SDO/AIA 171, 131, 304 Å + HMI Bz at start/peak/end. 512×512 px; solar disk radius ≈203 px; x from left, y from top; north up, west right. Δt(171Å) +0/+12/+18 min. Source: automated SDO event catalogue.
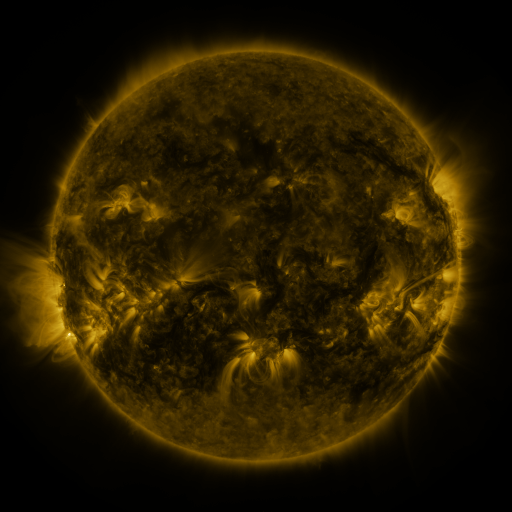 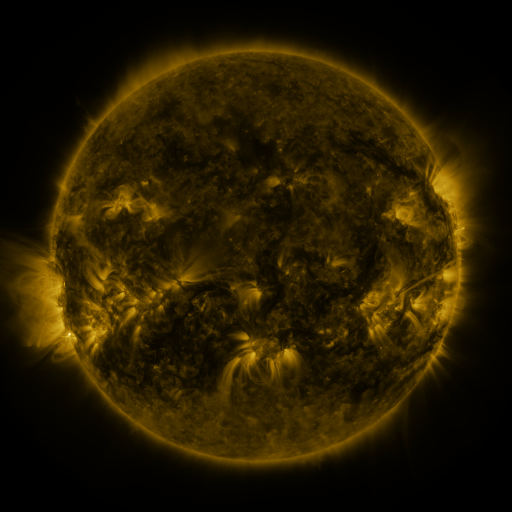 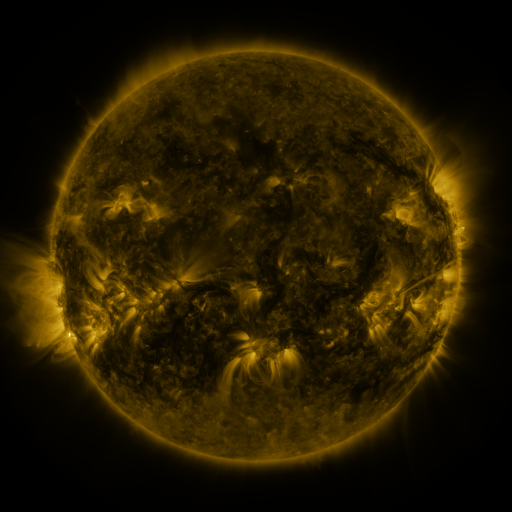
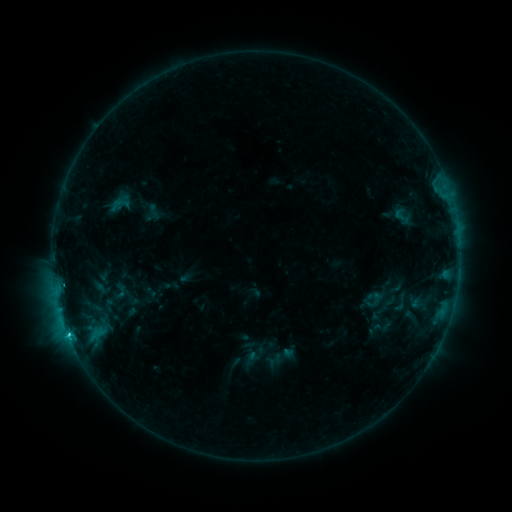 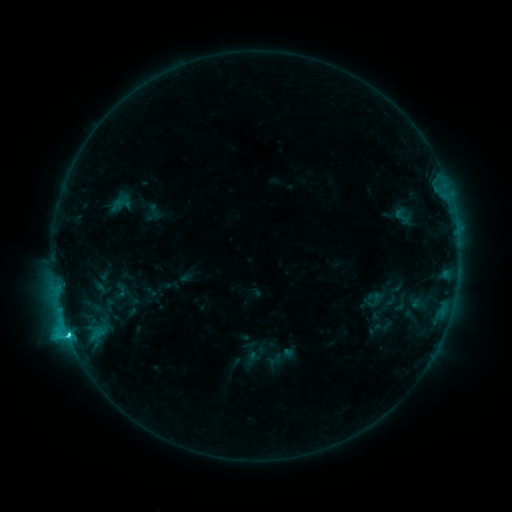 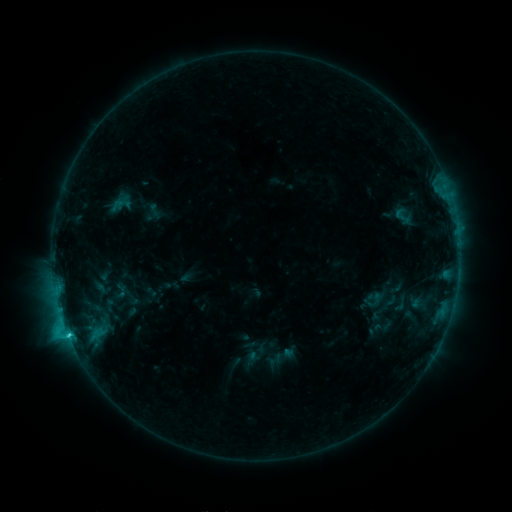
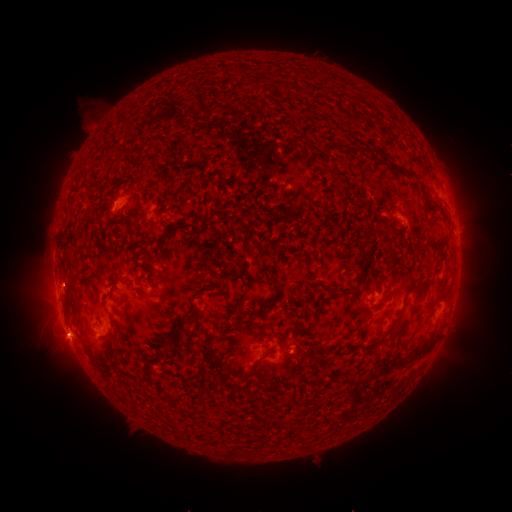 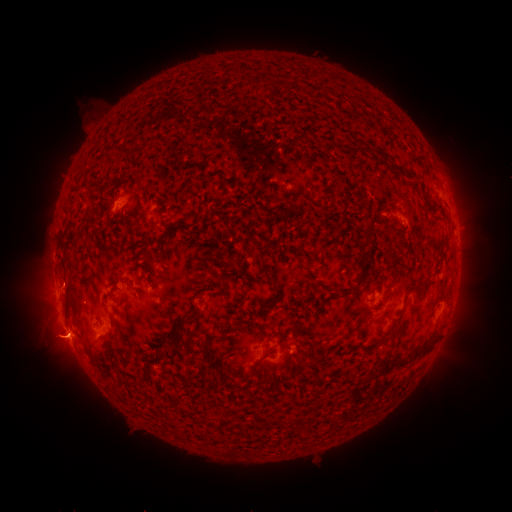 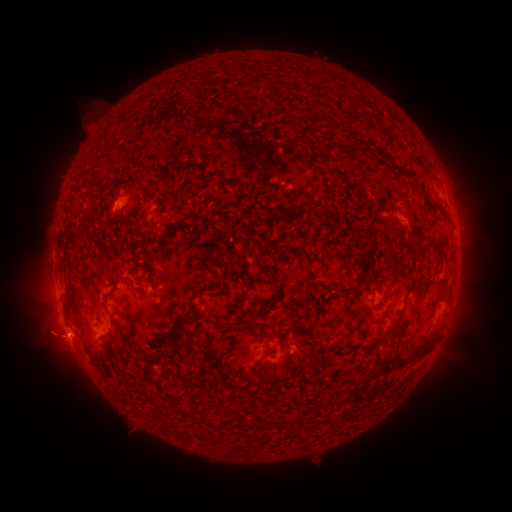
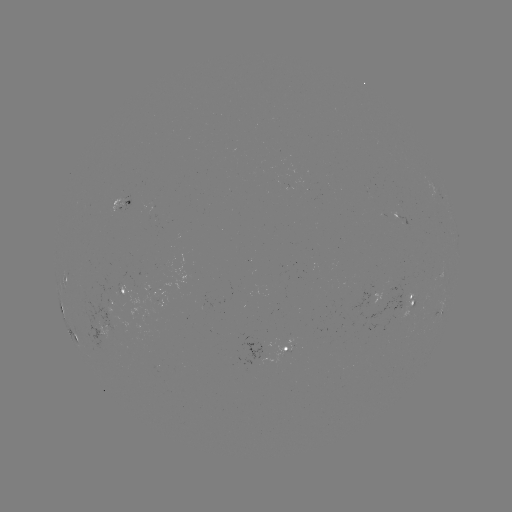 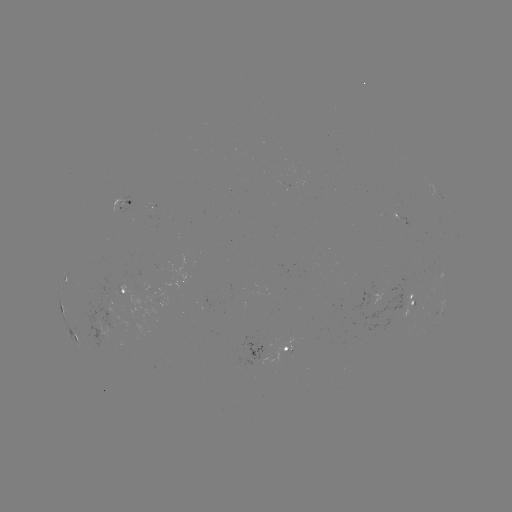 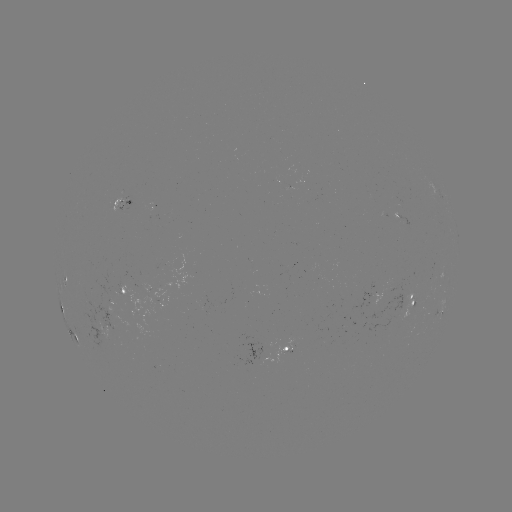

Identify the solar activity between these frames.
eruption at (53, 344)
